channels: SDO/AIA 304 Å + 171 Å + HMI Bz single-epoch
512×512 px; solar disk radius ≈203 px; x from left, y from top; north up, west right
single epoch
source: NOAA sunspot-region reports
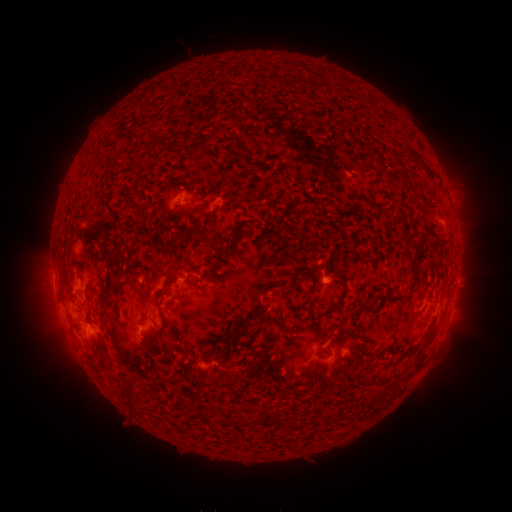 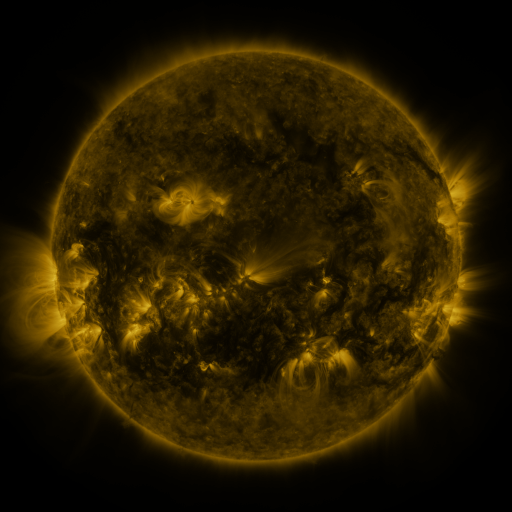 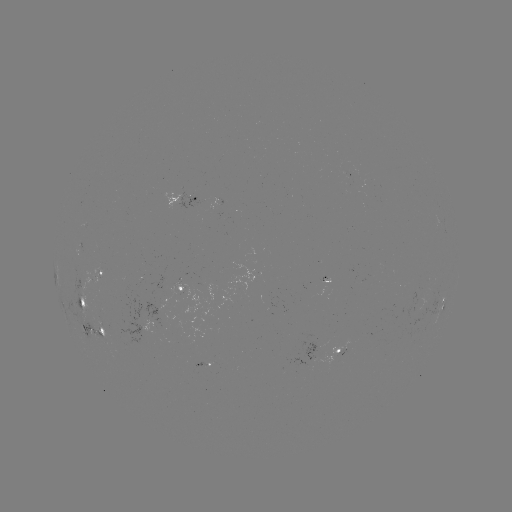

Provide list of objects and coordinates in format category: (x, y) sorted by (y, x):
spotted active region: (184, 197)
spotted active region: (101, 272)
spotted active region: (178, 289)
spotted active region: (81, 296)
spotted active region: (443, 306)
spotted active region: (98, 329)
spotted active region: (339, 350)
